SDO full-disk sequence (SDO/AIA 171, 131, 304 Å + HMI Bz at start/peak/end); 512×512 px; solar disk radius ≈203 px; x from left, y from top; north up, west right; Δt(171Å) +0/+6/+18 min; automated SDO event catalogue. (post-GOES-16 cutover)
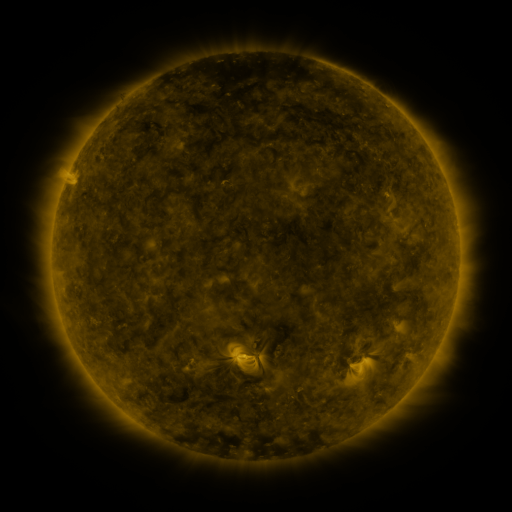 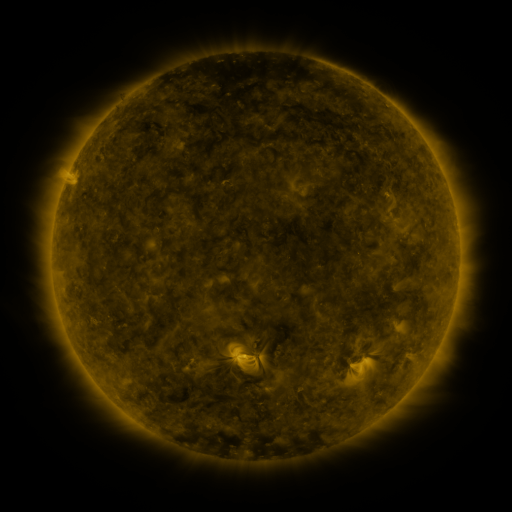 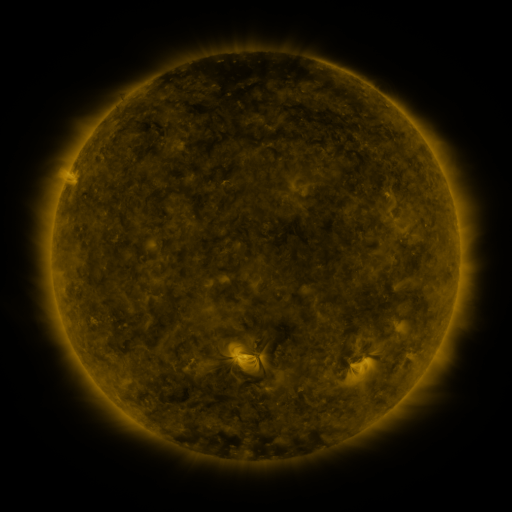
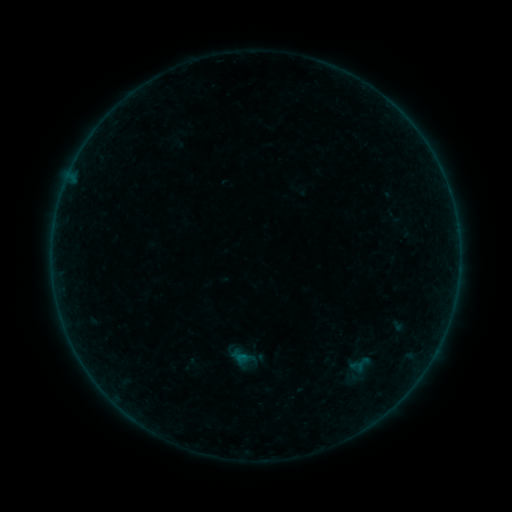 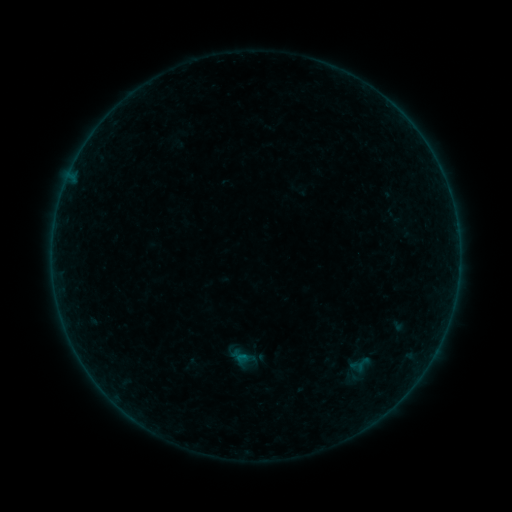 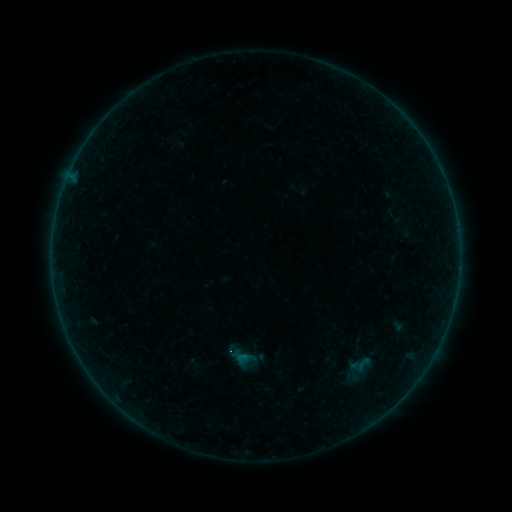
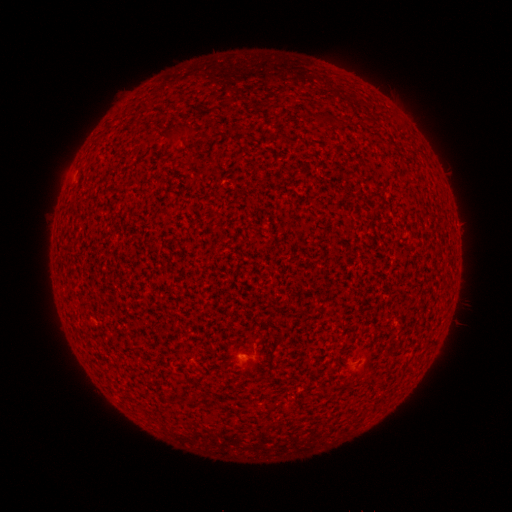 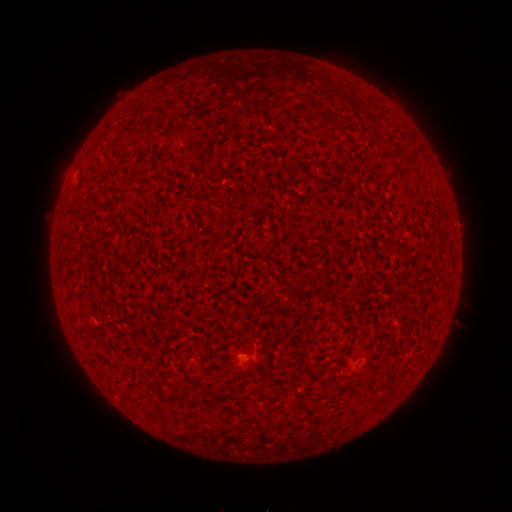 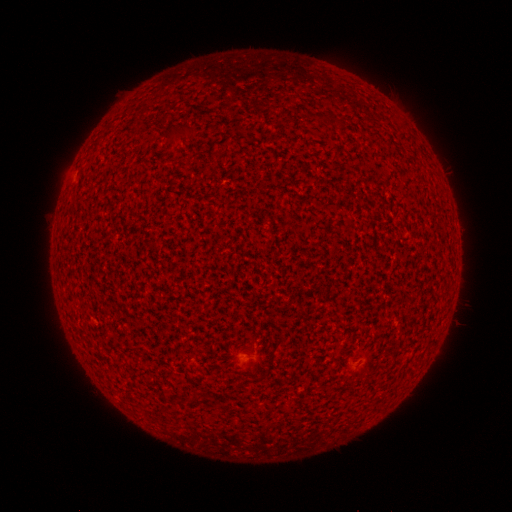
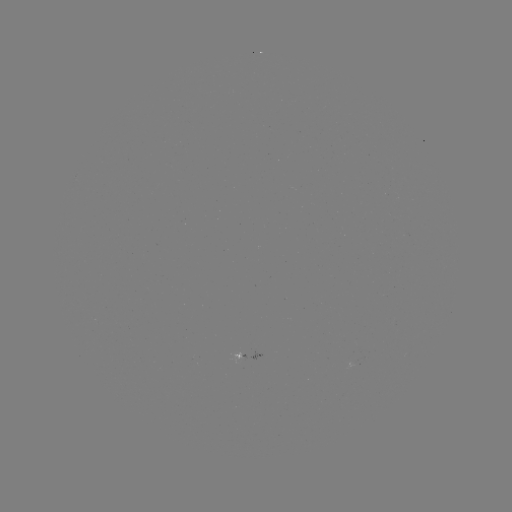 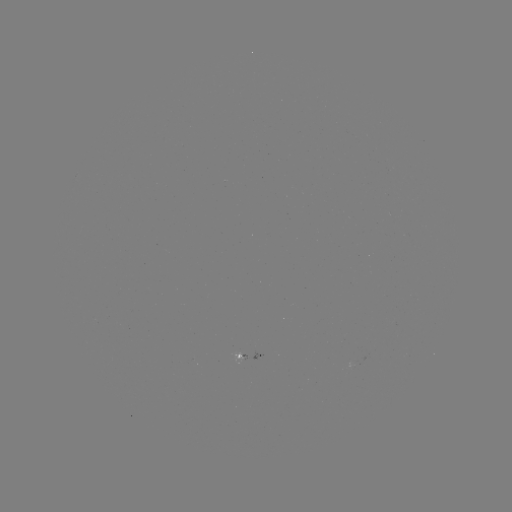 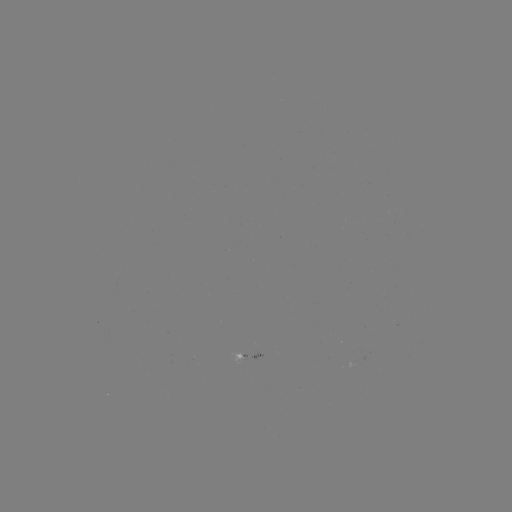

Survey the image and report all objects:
A2.5 flare: (242, 355)
